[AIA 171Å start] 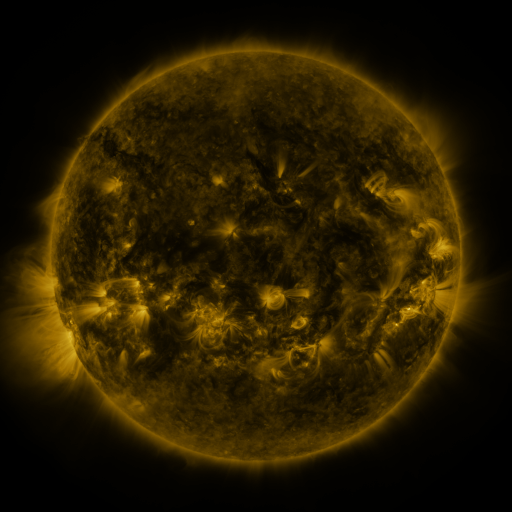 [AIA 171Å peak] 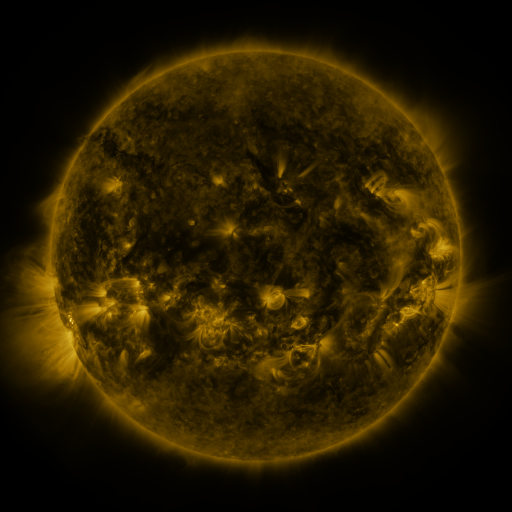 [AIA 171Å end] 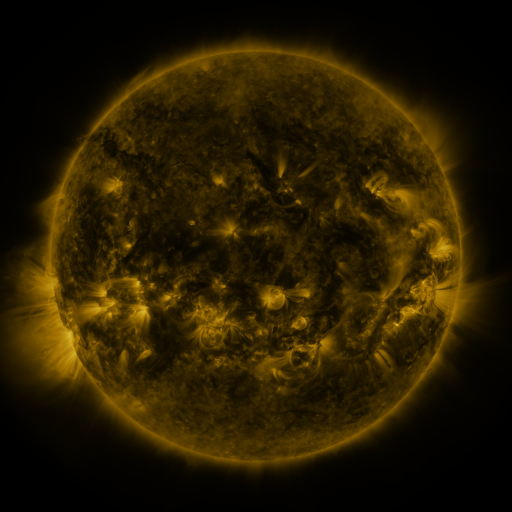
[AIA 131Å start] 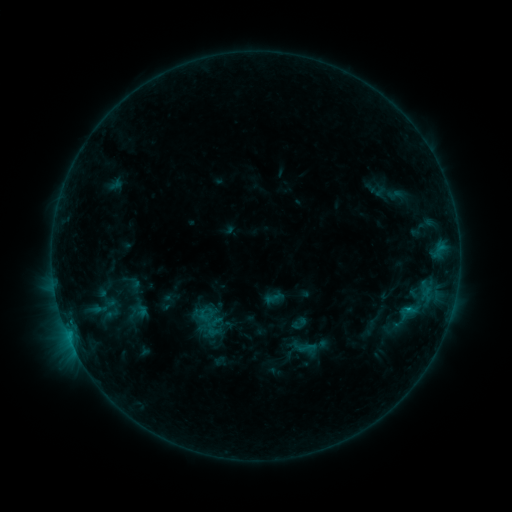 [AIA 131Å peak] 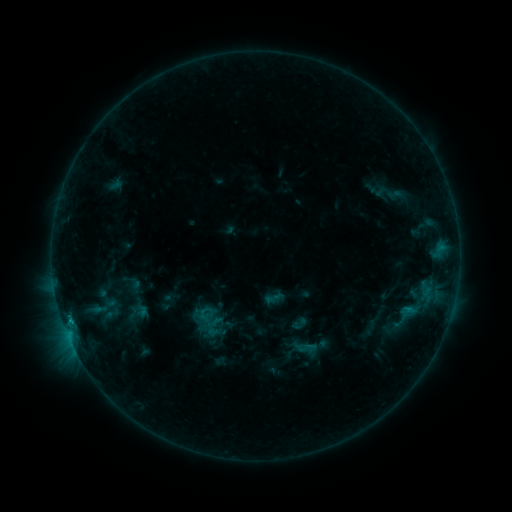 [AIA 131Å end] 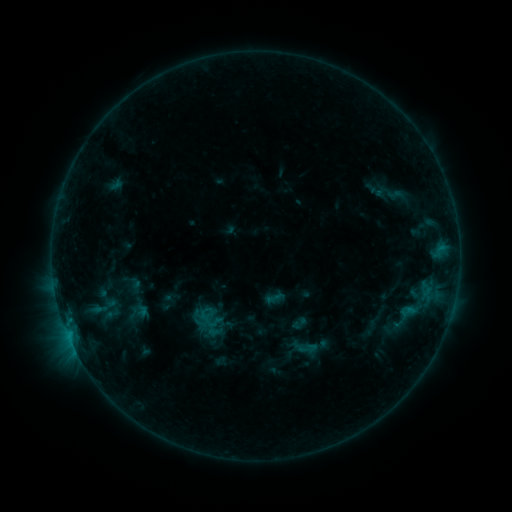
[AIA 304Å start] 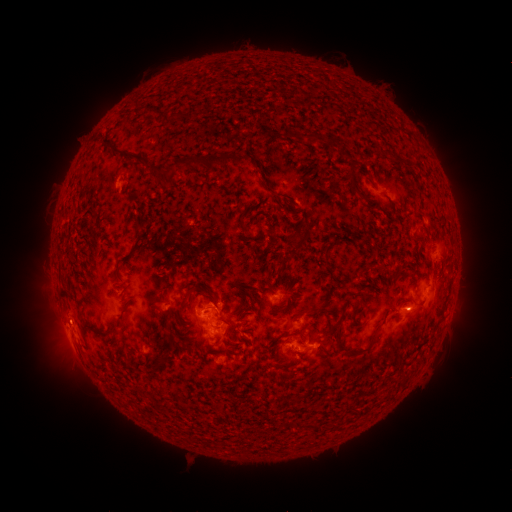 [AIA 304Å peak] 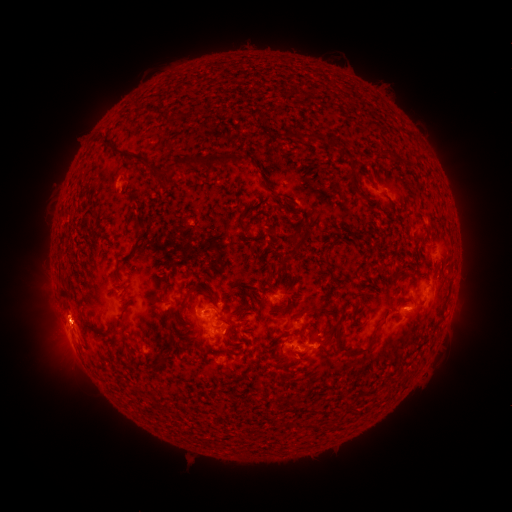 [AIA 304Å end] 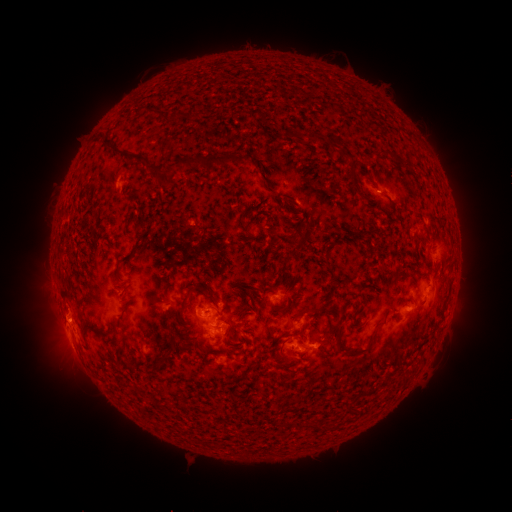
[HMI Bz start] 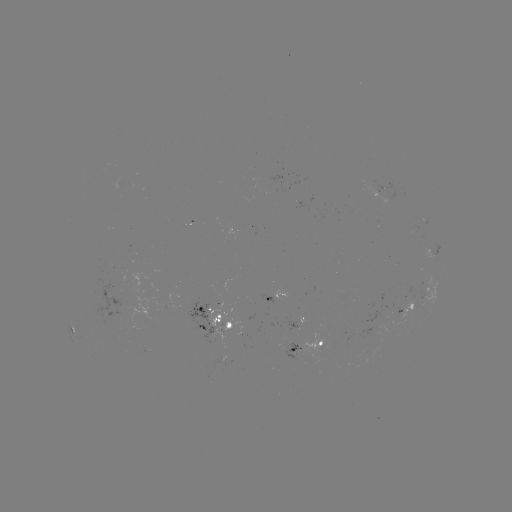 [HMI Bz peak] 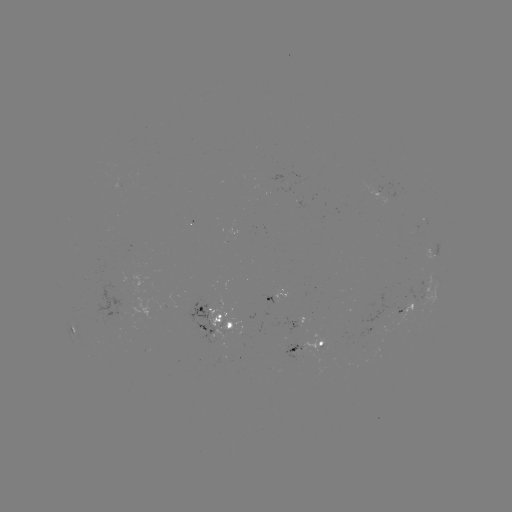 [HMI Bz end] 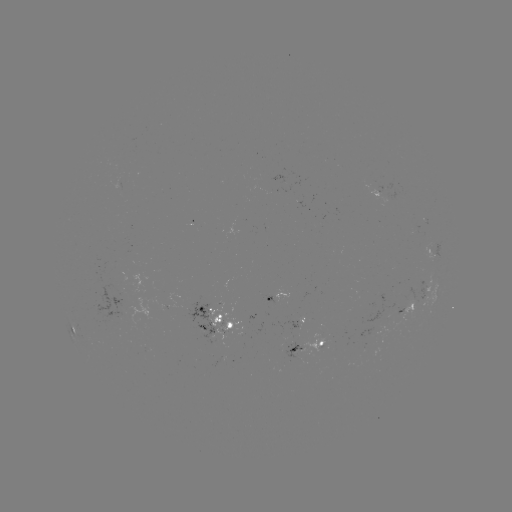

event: eruption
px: (61, 318)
